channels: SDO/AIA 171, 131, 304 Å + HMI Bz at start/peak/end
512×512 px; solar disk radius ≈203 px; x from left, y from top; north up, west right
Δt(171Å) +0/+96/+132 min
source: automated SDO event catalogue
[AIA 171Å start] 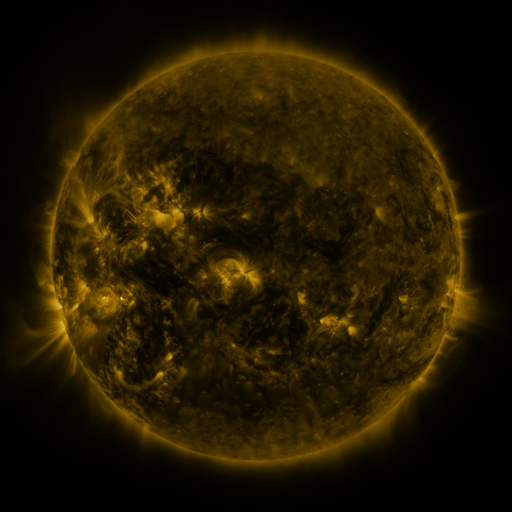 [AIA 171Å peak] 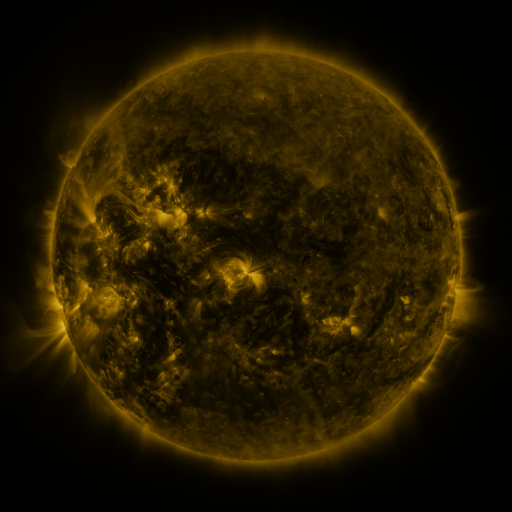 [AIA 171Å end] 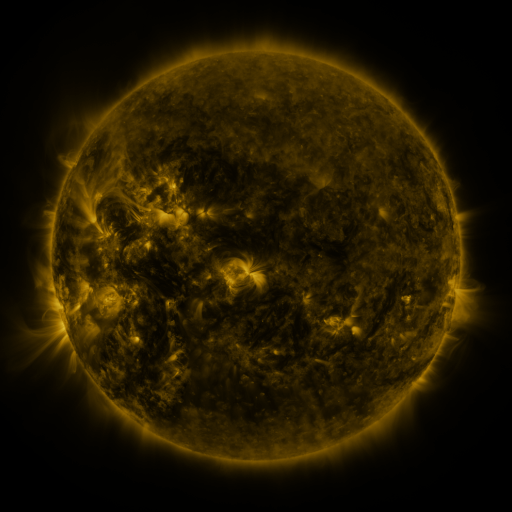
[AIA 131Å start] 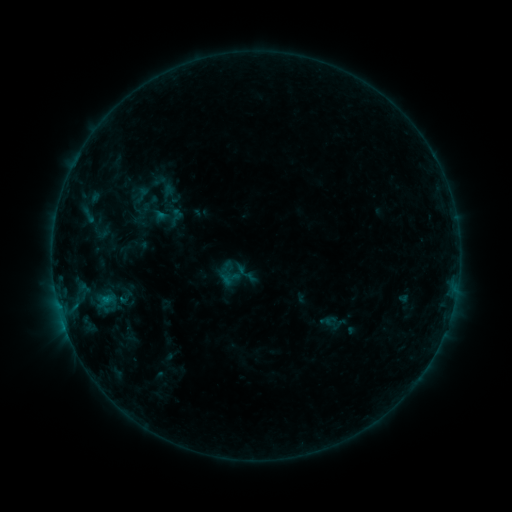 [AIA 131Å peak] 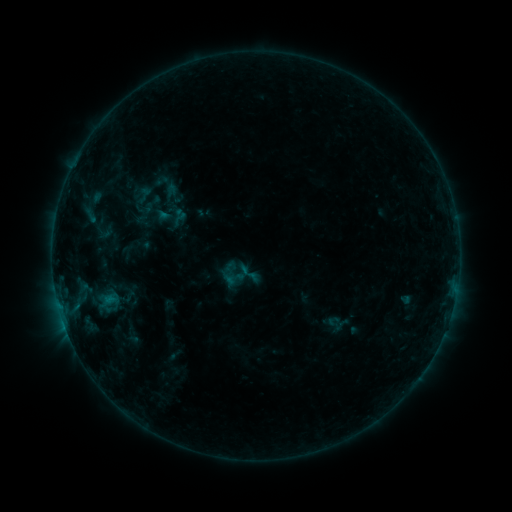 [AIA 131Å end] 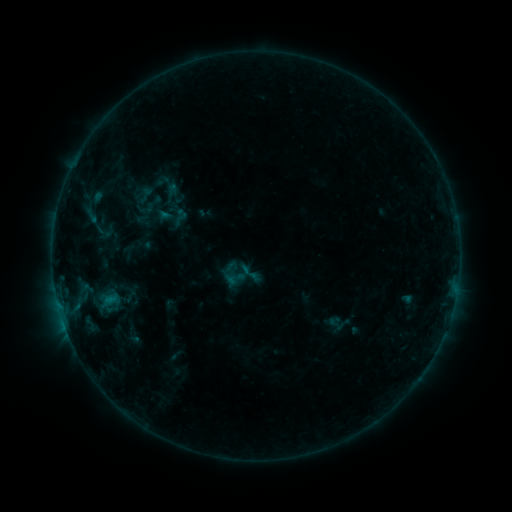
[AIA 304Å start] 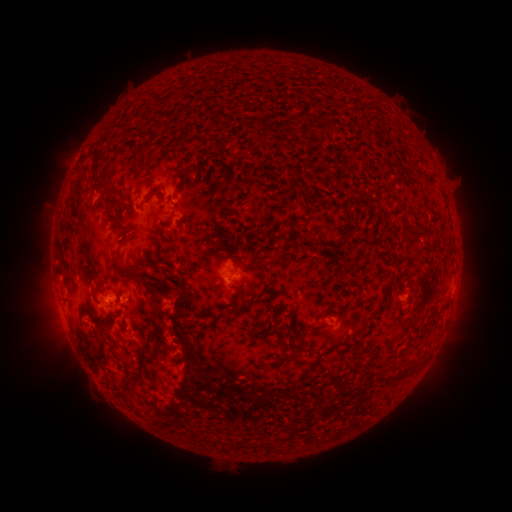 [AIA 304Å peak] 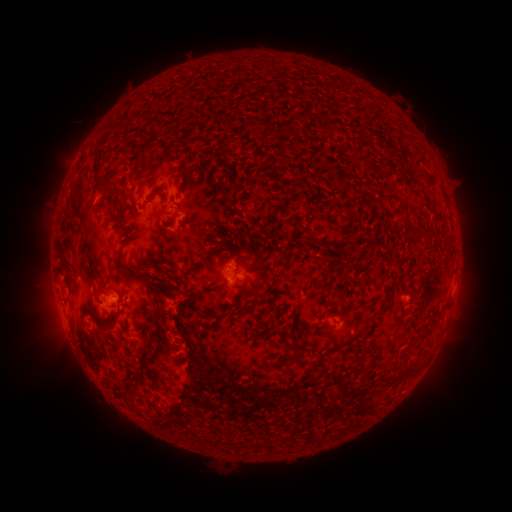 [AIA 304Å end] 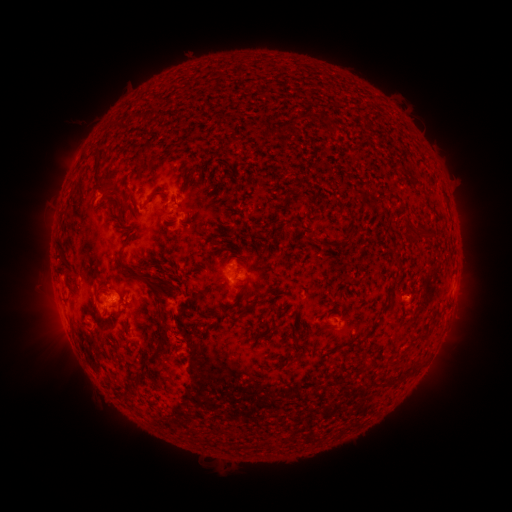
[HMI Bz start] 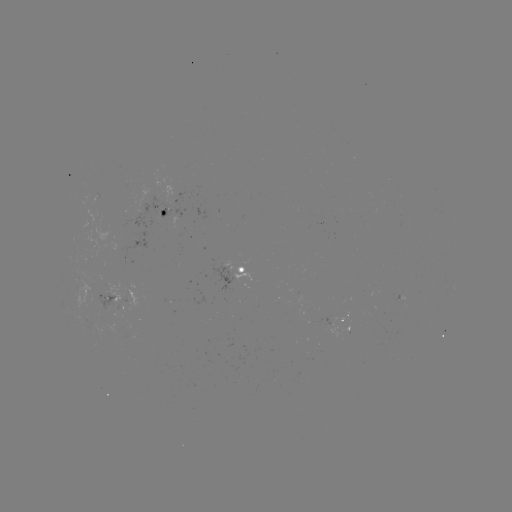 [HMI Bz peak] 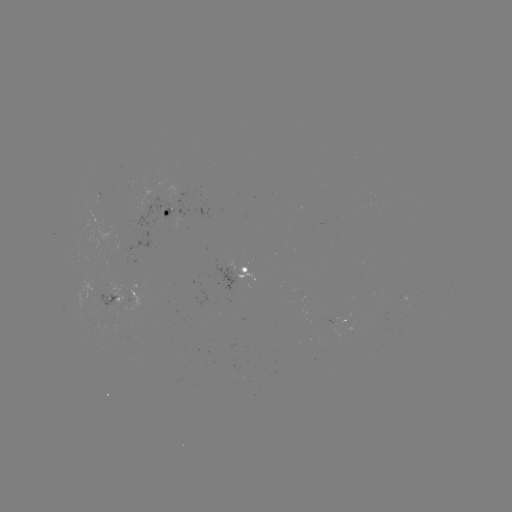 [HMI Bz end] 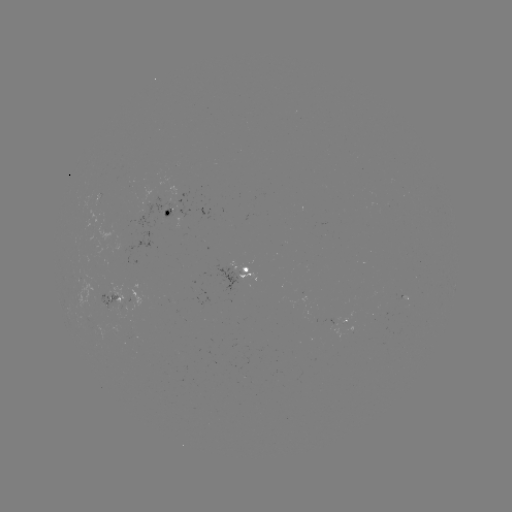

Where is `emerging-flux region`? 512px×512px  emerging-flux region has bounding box [96, 294, 120, 311].